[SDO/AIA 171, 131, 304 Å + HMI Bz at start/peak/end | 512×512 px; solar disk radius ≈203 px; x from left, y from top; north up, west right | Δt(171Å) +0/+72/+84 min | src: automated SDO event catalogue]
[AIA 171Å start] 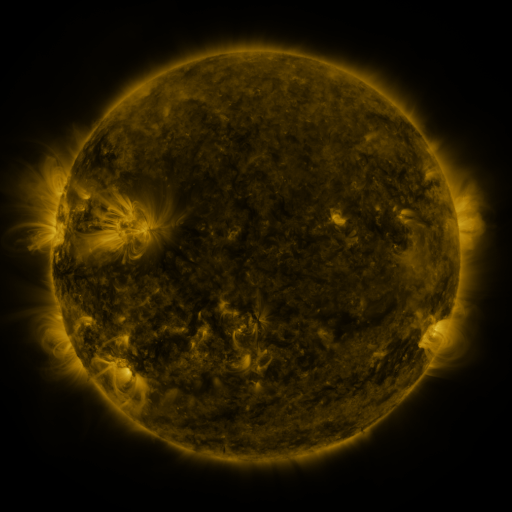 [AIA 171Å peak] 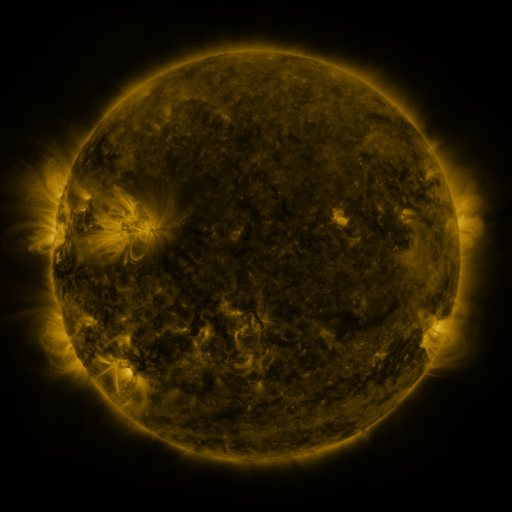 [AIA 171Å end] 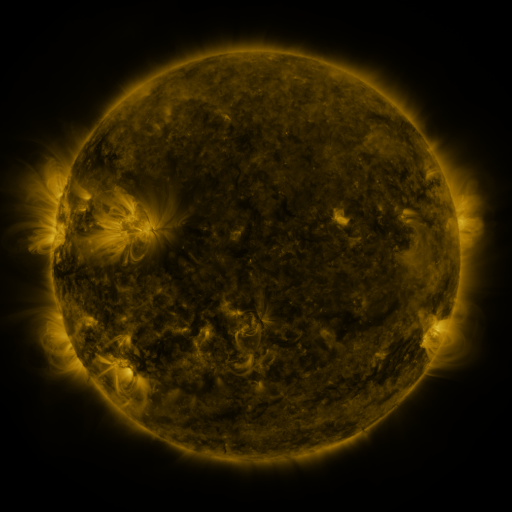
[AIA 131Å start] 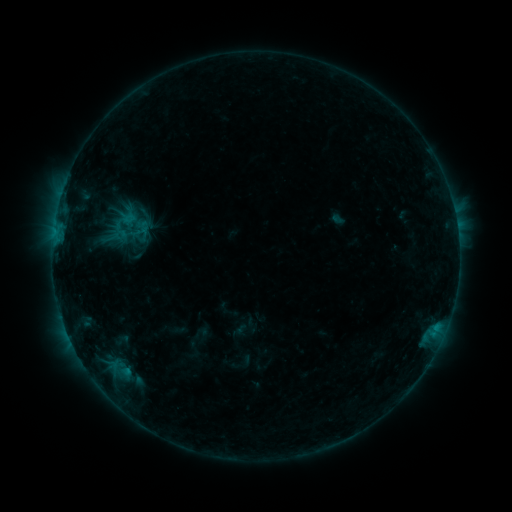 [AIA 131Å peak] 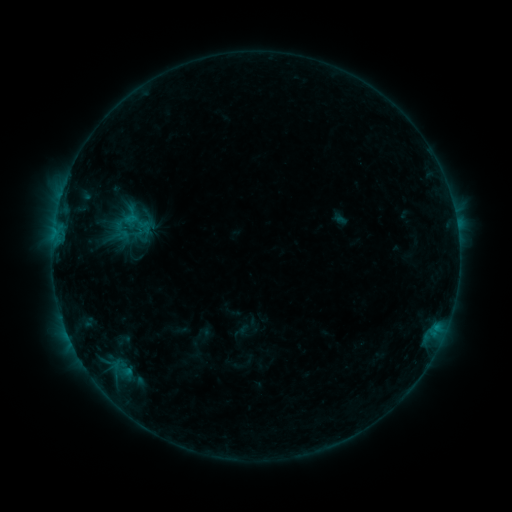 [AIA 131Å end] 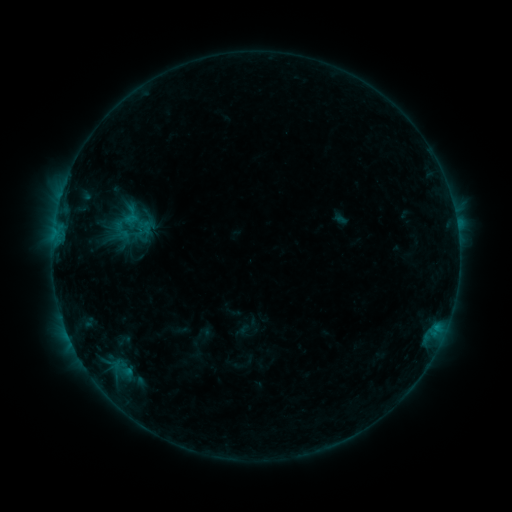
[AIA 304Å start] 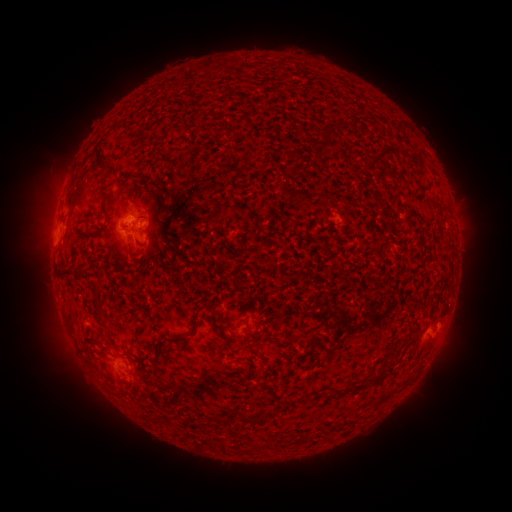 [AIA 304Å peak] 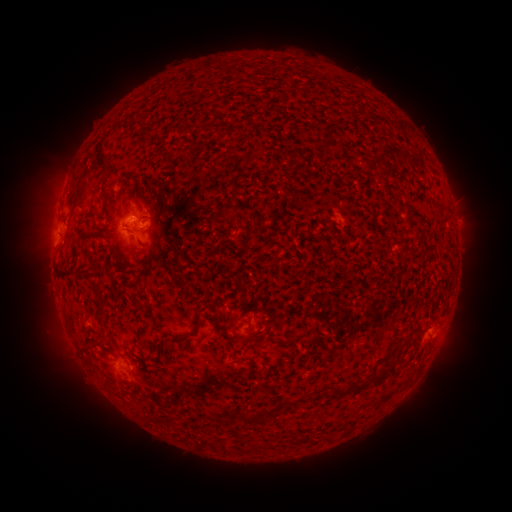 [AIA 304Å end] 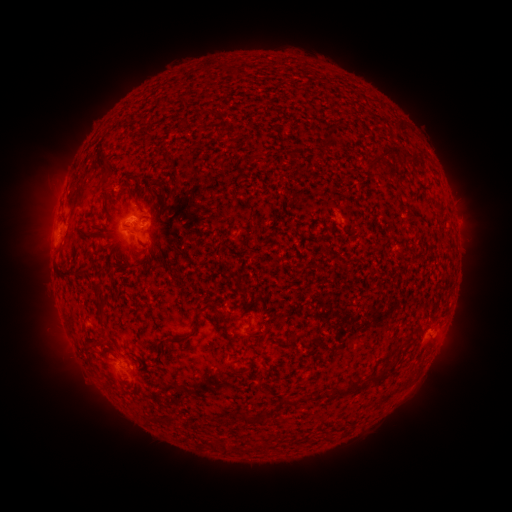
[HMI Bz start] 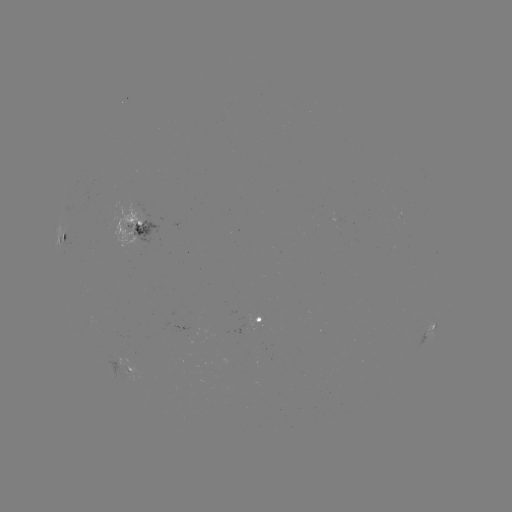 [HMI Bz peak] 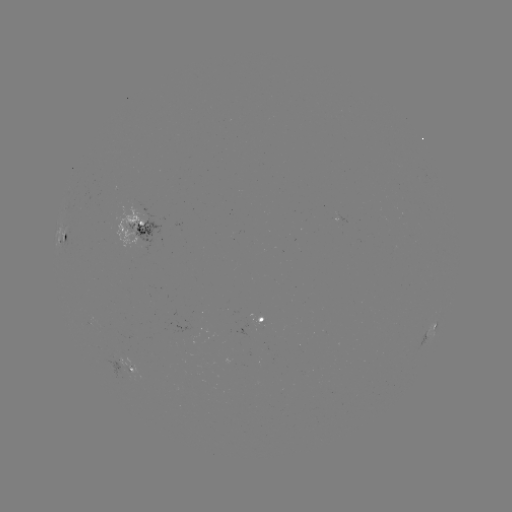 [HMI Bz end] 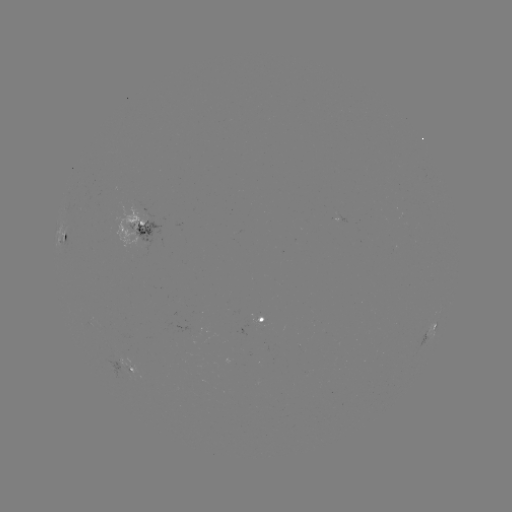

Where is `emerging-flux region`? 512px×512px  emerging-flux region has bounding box [106, 354, 149, 384].